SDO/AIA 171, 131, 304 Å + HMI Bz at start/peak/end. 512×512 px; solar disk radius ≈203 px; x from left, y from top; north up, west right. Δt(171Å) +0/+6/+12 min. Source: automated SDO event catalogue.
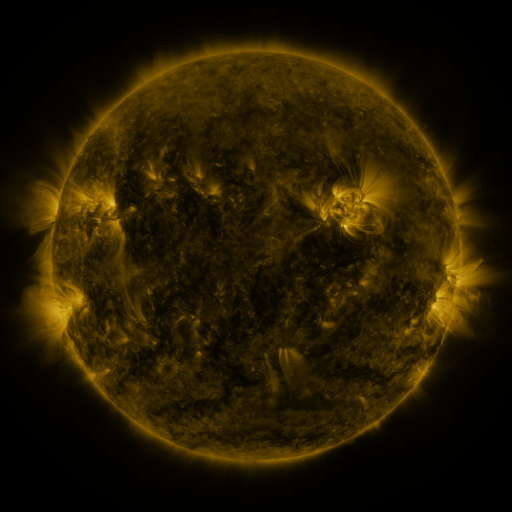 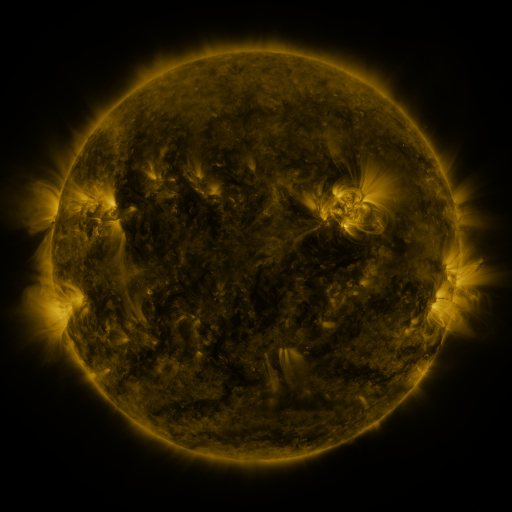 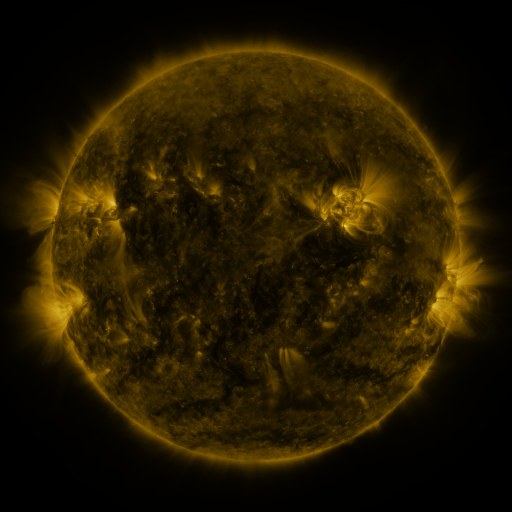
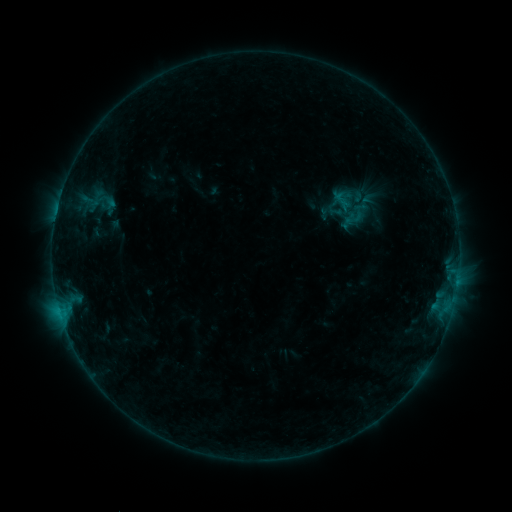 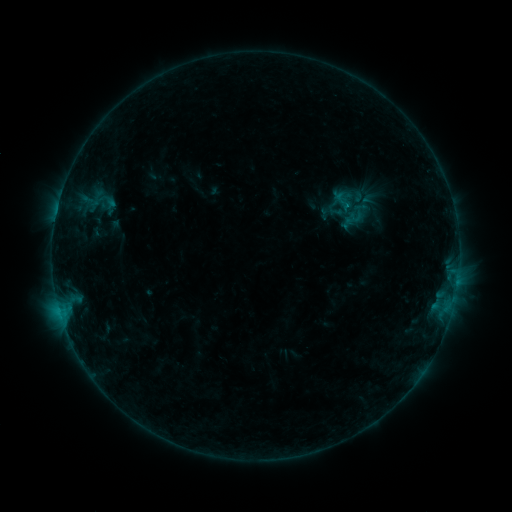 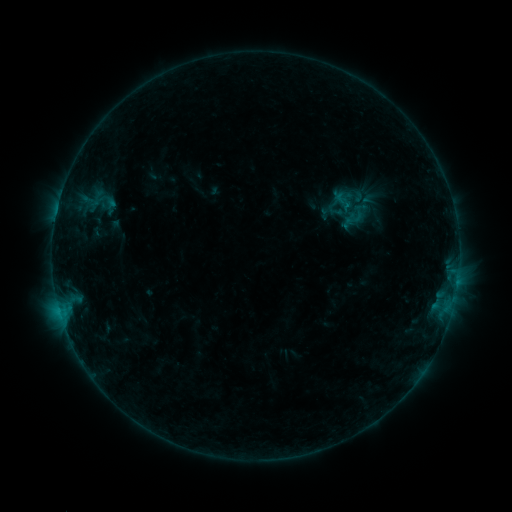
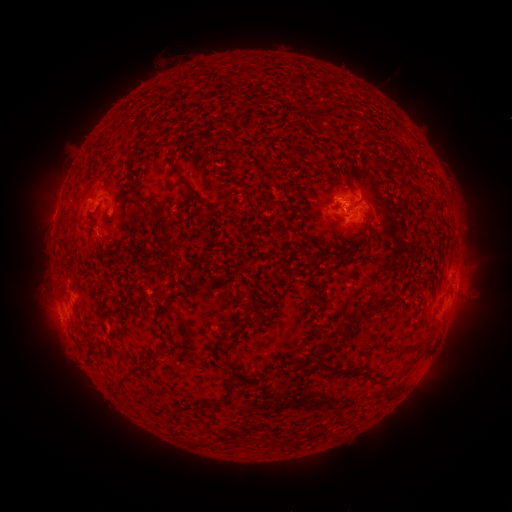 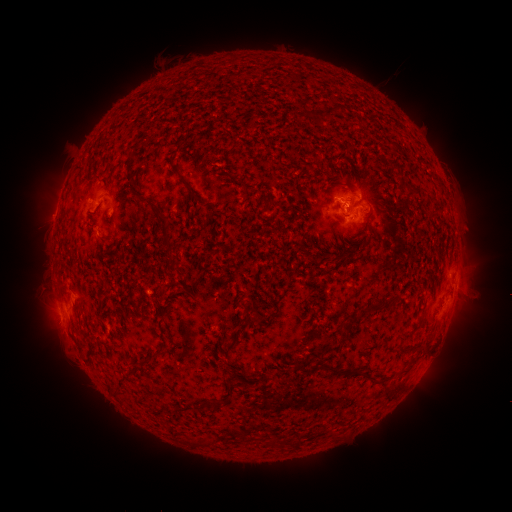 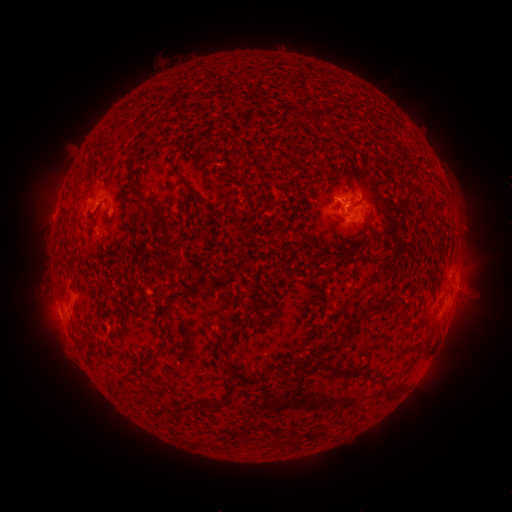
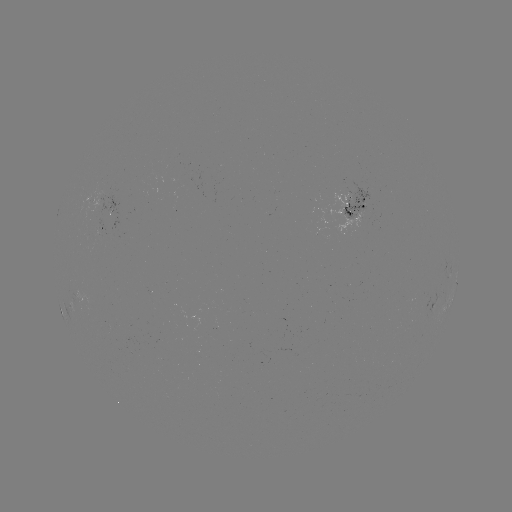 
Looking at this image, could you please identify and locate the B4.5 flare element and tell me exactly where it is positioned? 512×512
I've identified B4.5 flare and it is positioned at [346, 206].